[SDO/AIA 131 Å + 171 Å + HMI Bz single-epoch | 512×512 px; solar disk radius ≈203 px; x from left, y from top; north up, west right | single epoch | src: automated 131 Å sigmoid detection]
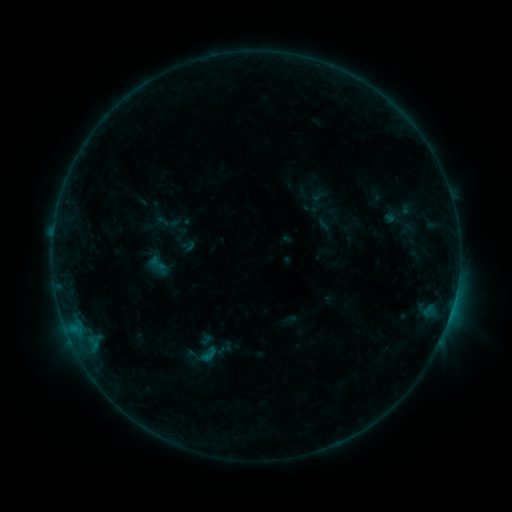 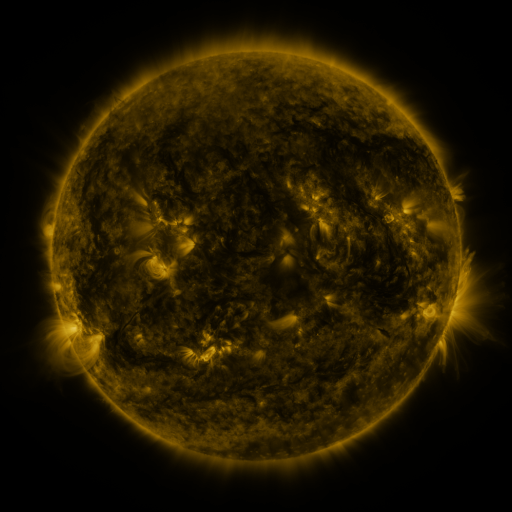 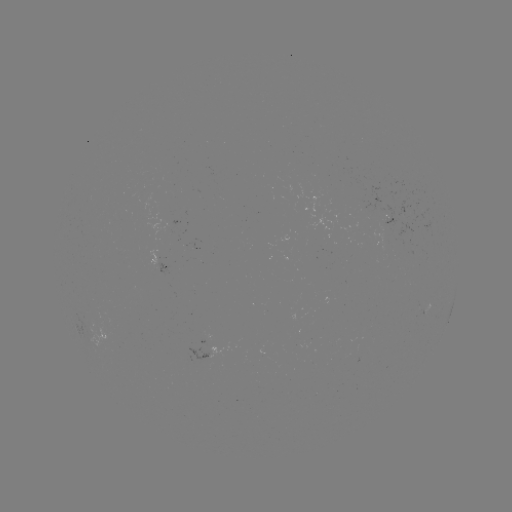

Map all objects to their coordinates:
sigmoid: (325, 225)
sigmoid: (188, 246)
